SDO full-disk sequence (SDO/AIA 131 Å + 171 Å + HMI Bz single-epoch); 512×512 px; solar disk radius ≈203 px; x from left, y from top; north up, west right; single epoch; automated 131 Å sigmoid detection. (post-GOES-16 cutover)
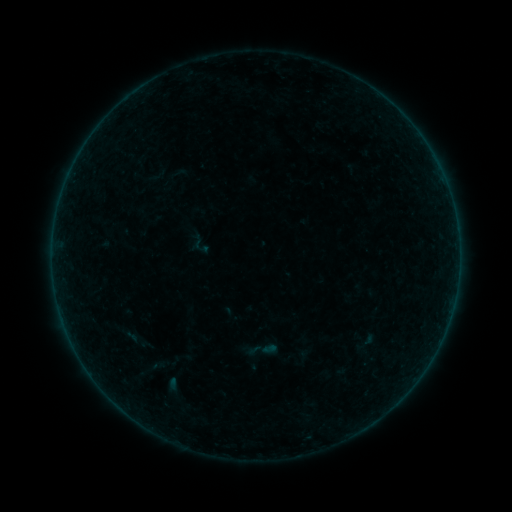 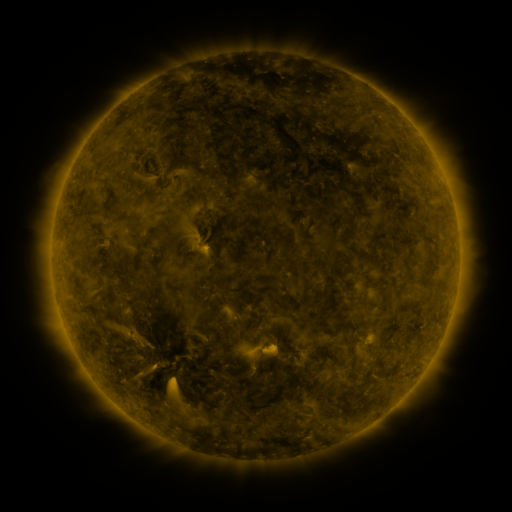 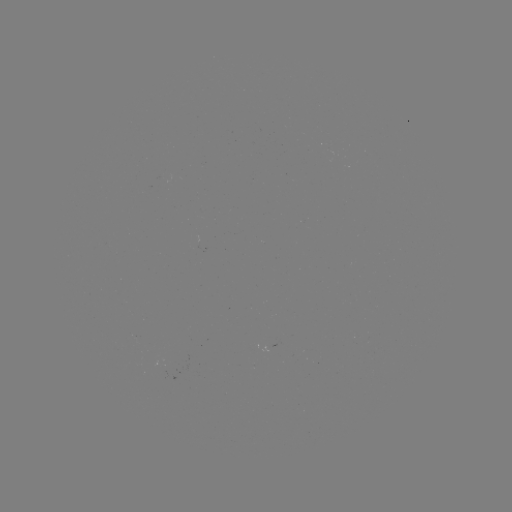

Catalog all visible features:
sigmoid: (191, 236, 210, 256)
sigmoid: (246, 334, 278, 365)
